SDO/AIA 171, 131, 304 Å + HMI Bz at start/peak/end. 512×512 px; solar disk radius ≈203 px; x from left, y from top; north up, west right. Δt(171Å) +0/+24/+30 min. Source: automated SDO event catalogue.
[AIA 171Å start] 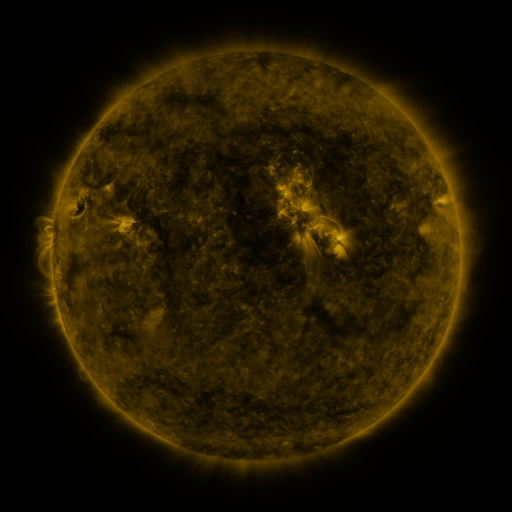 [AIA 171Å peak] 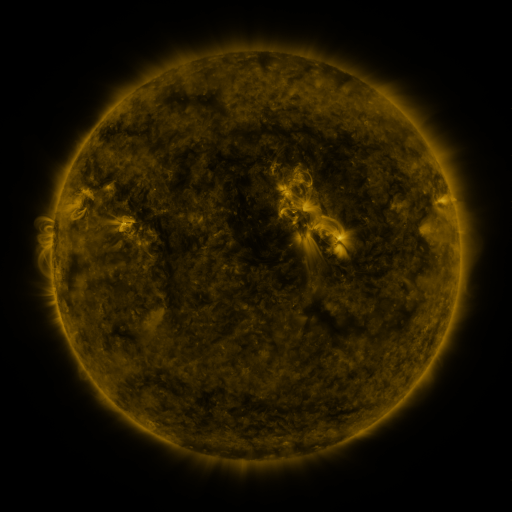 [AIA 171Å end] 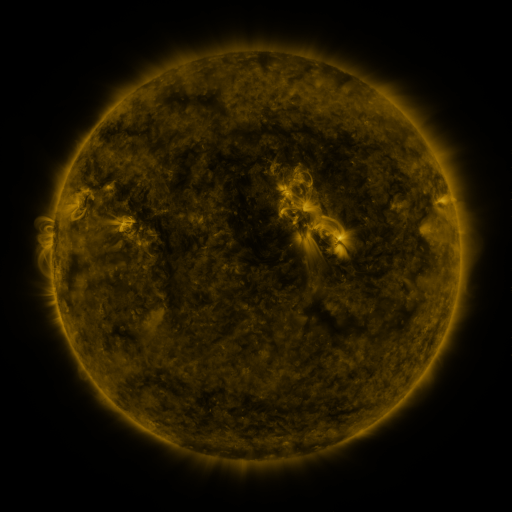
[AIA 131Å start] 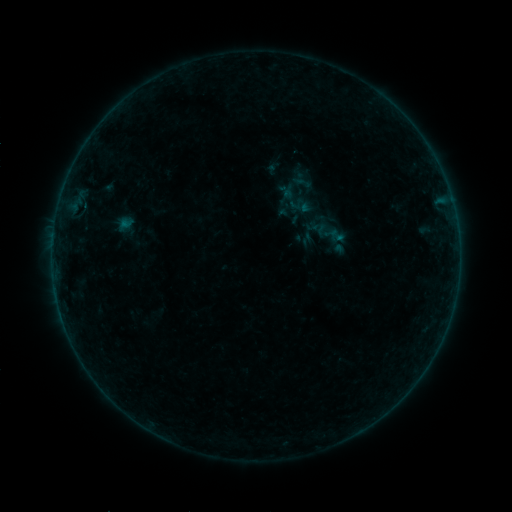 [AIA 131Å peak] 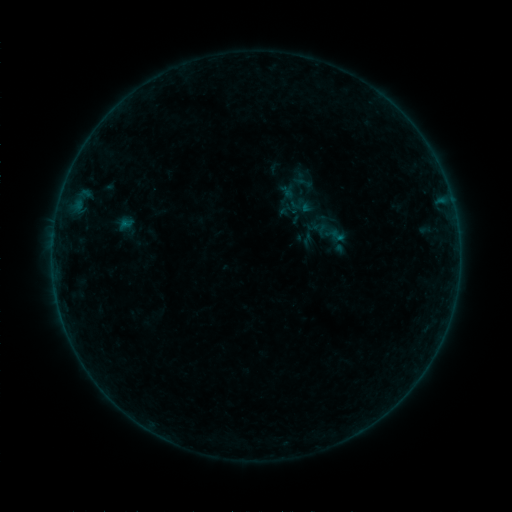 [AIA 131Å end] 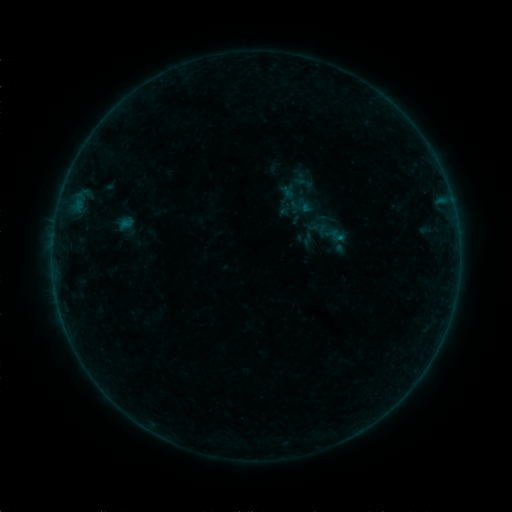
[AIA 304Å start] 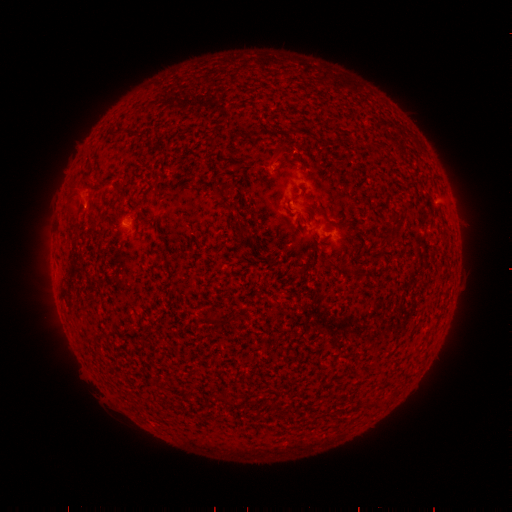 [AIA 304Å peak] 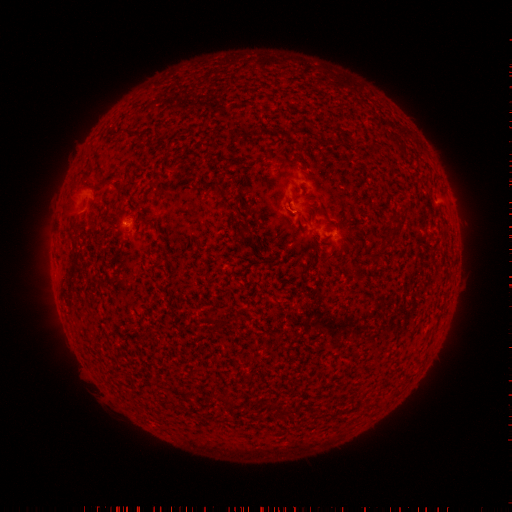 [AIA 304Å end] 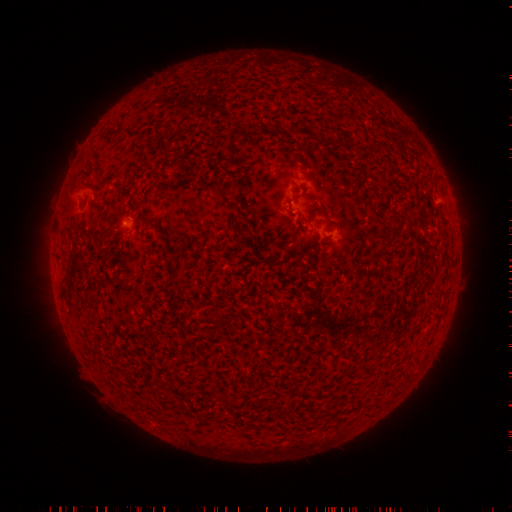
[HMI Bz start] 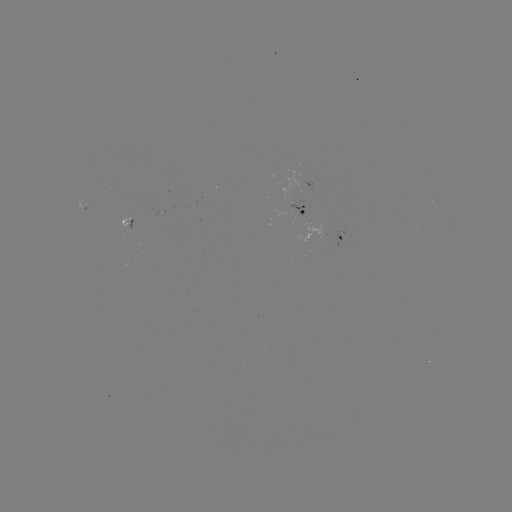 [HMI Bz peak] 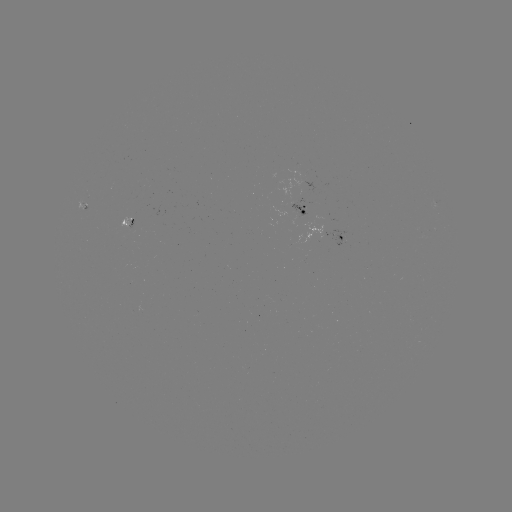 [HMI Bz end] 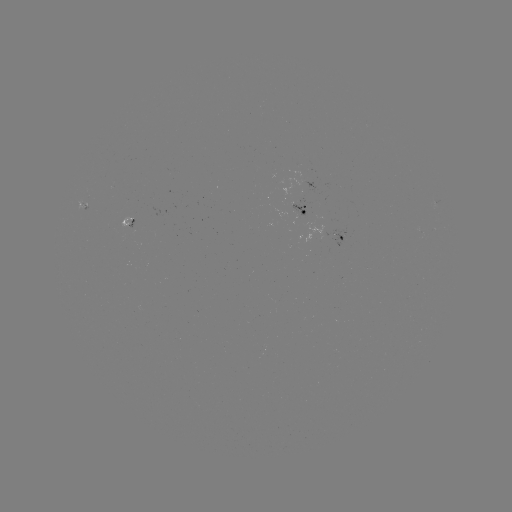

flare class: B1.7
